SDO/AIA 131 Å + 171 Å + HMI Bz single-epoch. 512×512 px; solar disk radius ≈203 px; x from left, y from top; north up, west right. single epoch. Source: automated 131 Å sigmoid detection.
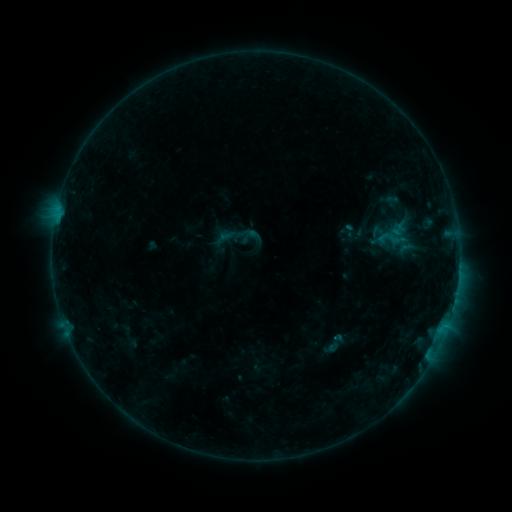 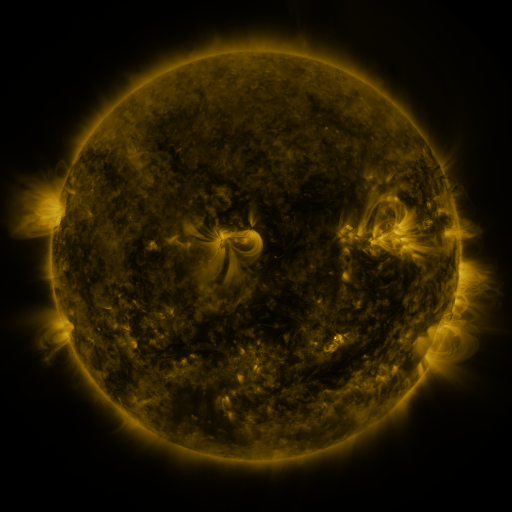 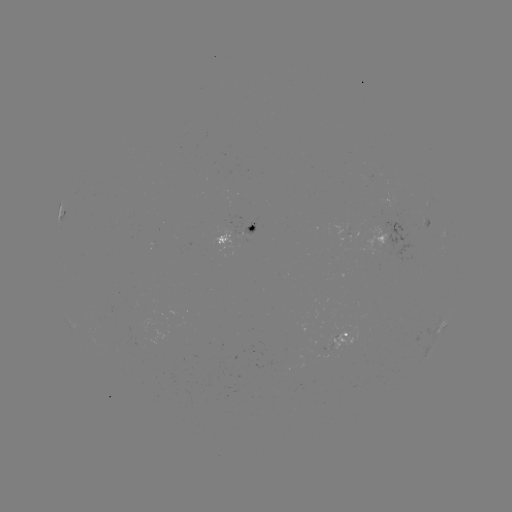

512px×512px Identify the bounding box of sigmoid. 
[377, 227, 403, 249].